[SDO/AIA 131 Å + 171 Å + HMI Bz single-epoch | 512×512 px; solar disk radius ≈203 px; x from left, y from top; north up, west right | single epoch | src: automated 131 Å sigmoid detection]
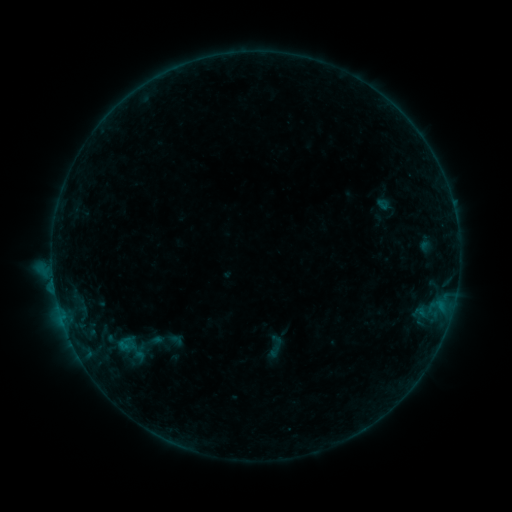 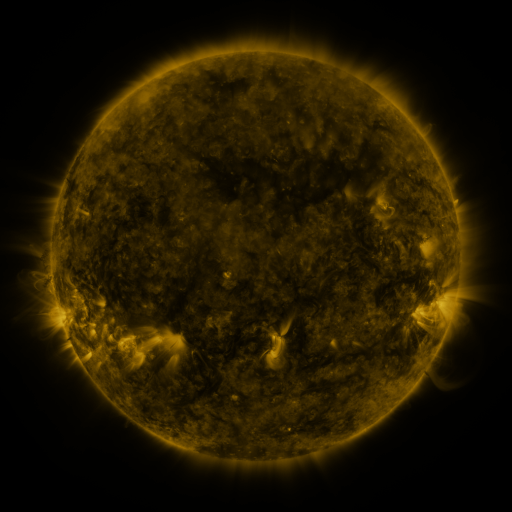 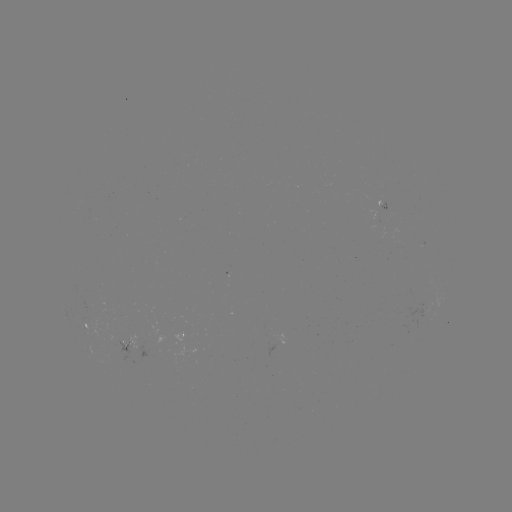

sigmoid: [262, 333, 289, 360]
